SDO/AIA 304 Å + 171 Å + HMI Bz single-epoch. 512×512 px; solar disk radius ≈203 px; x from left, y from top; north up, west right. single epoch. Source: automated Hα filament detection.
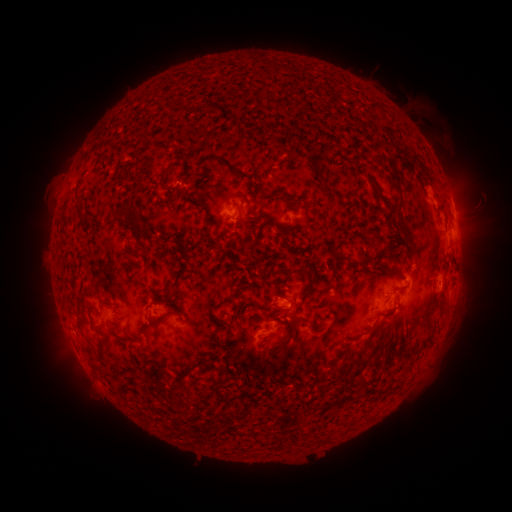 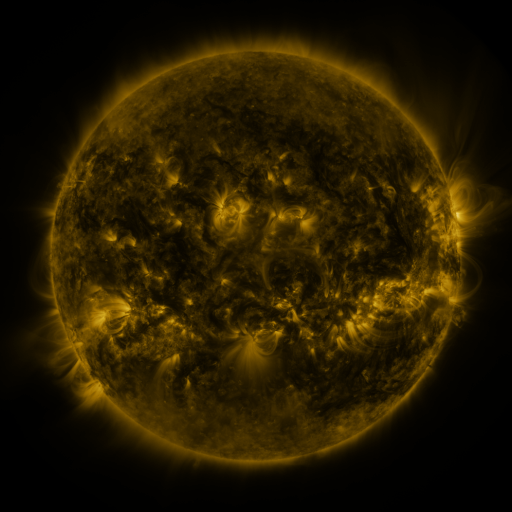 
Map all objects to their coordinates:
filament: (408, 149, 429, 170)
filament: (214, 156, 260, 195)
filament: (363, 171, 376, 184)
filament: (388, 176, 399, 192)
filament: (226, 191, 250, 207)
filament: (182, 200, 205, 214)
filament: (394, 204, 415, 245)
filament: (114, 206, 138, 222)
filament: (79, 214, 92, 228)
filament: (349, 235, 360, 251)
filament: (378, 241, 399, 251)
filament: (133, 245, 144, 255)
filament: (331, 250, 343, 257)
filament: (121, 253, 132, 264)
filament: (293, 263, 313, 300)
filament: (169, 270, 183, 291)
filament: (164, 299, 184, 309)
filament: (77, 301, 85, 320)
filament: (250, 302, 262, 311)
filament: (173, 307, 182, 316)
filament: (137, 323, 155, 340)
filament: (277, 324, 295, 352)
filament: (360, 352, 371, 364)
filament: (341, 358, 351, 366)
filament: (173, 361, 208, 386)
filament: (173, 396, 184, 406)
